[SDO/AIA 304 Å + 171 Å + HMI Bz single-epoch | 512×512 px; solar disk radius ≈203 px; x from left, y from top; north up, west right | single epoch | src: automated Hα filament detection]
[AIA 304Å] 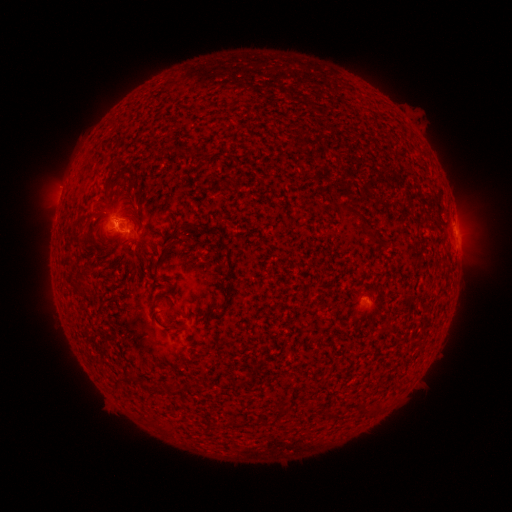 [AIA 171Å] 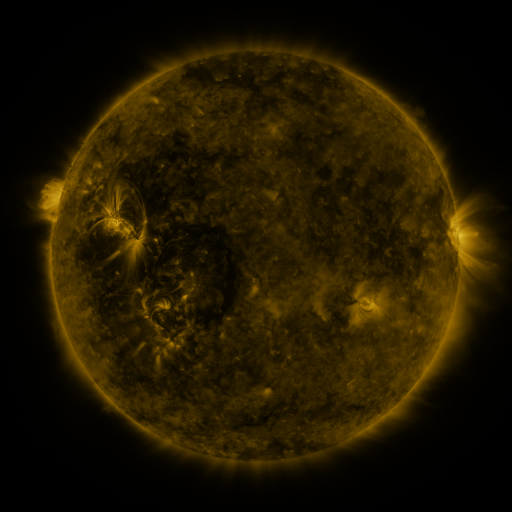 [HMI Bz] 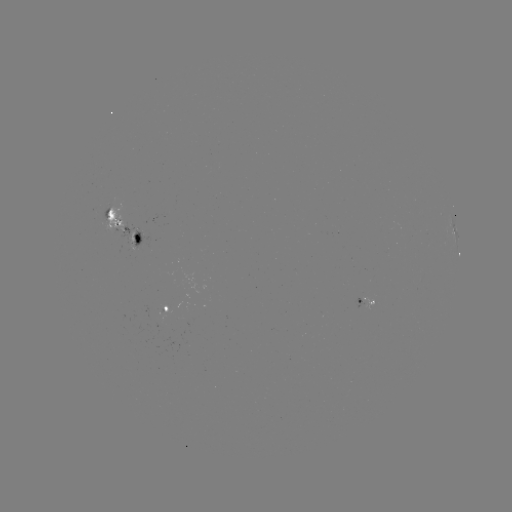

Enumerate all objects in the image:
filament: (121, 179)
filament: (136, 194)
filament: (350, 210)
filament: (108, 215)
filament: (373, 237)
filament: (170, 240)
filament: (382, 244)
filament: (77, 246)
filament: (104, 248)
filament: (110, 282)
filament: (174, 327)
filament: (117, 387)
filament: (143, 387)
filament: (283, 409)
